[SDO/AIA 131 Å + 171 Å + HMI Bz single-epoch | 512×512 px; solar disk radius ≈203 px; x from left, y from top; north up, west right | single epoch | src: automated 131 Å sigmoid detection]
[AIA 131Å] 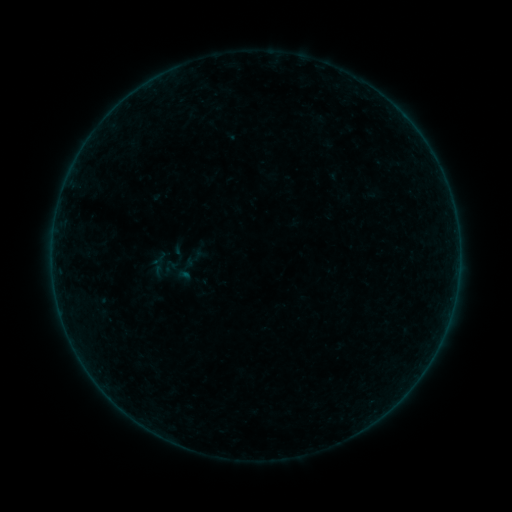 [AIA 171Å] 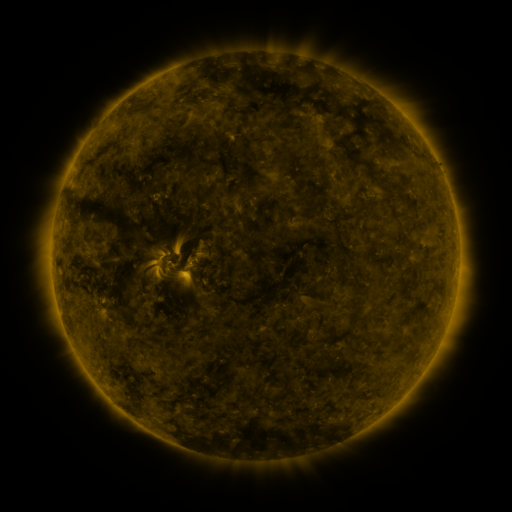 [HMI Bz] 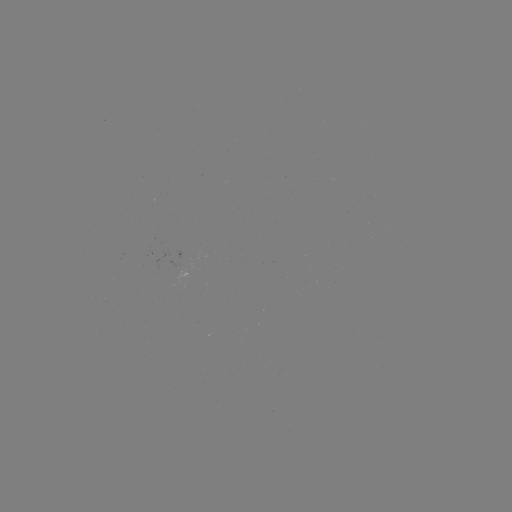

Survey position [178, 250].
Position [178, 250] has sigmoid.